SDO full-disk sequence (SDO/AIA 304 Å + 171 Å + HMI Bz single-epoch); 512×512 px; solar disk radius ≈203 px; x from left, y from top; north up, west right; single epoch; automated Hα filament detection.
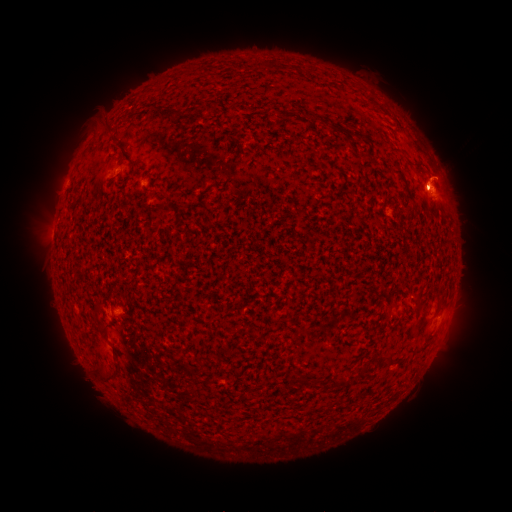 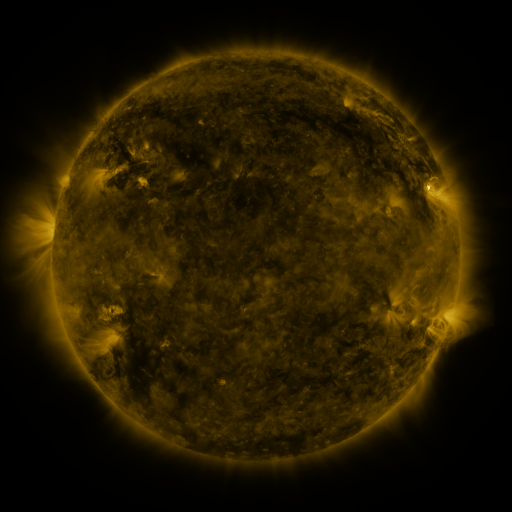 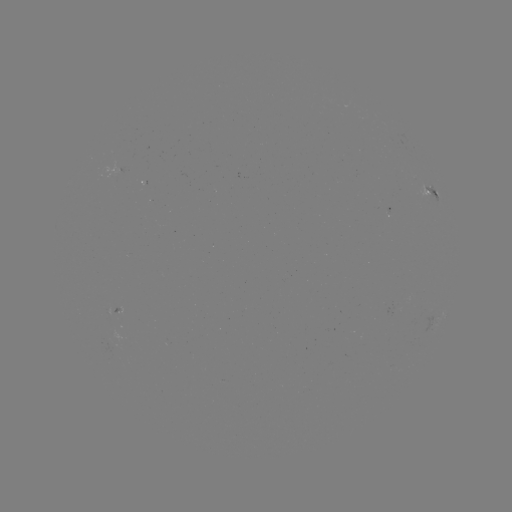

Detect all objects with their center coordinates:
filament: <bbox>158, 105, 182, 122</bbox>
filament: <bbox>308, 112, 315, 122</bbox>
filament: <bbox>405, 186, 417, 208</bbox>
filament: <bbox>414, 294, 421, 303</bbox>
filament: <bbox>91, 302, 101, 314</bbox>
filament: <bbox>384, 357, 393, 368</bbox>
filament: <bbox>91, 363, 118, 381</bbox>
filament: <bbox>327, 378, 338, 390</bbox>
